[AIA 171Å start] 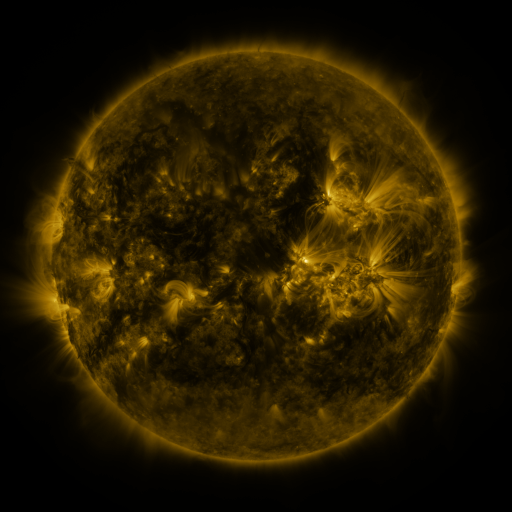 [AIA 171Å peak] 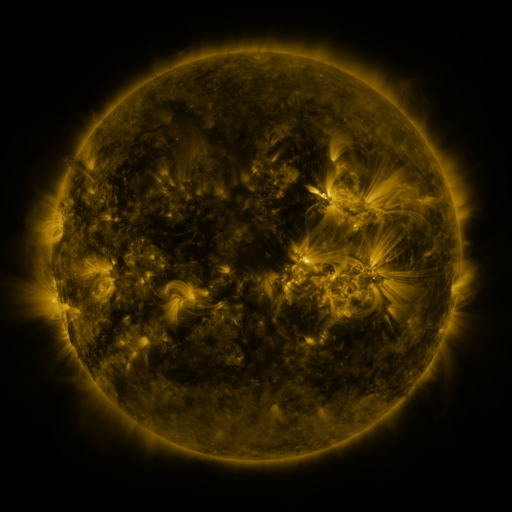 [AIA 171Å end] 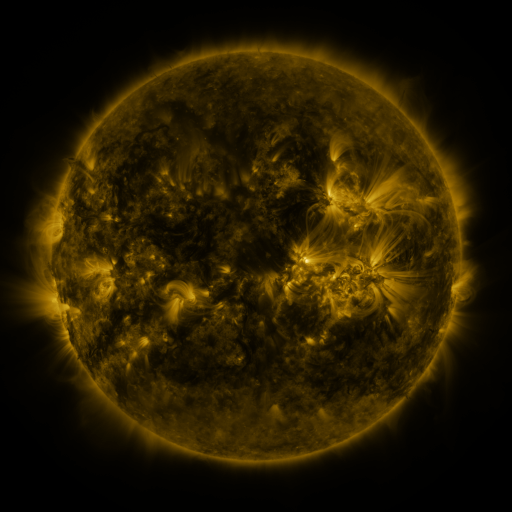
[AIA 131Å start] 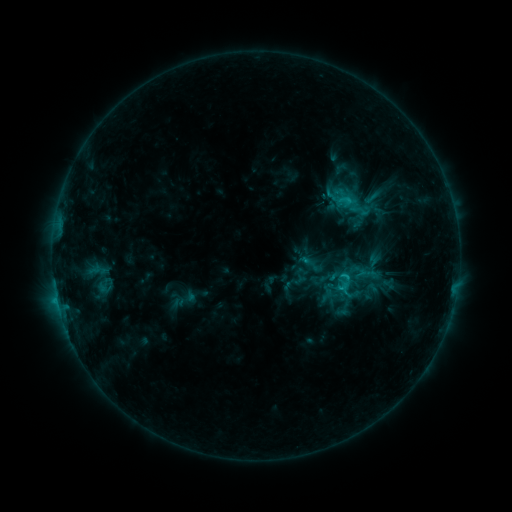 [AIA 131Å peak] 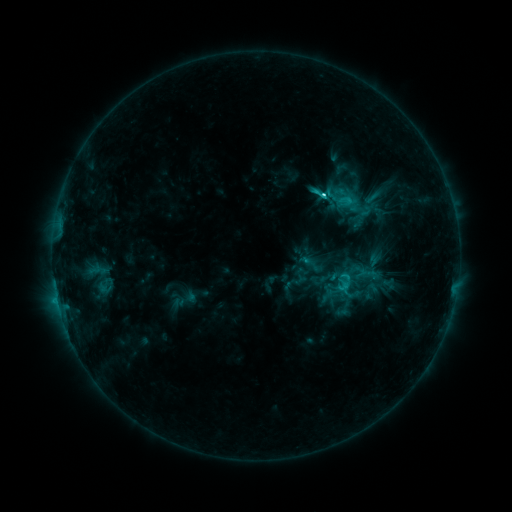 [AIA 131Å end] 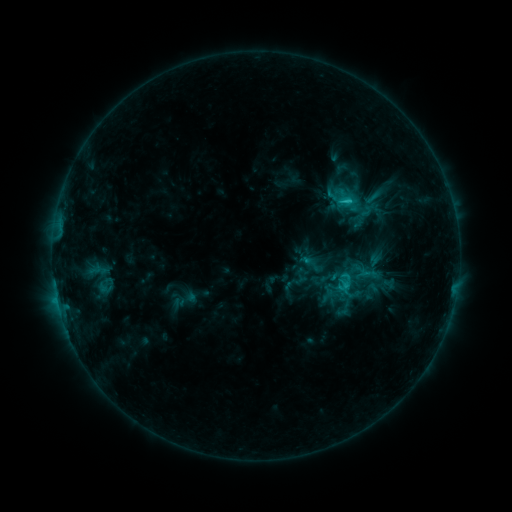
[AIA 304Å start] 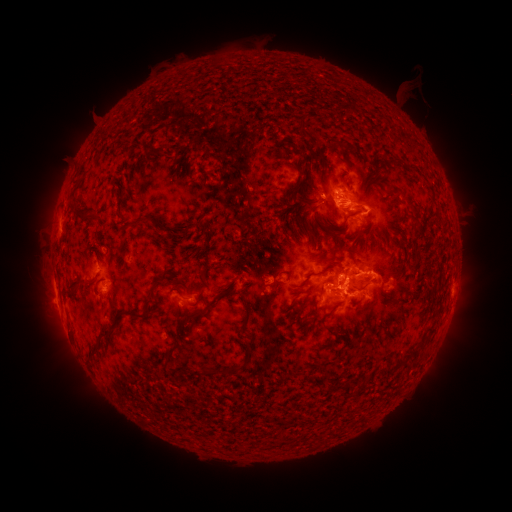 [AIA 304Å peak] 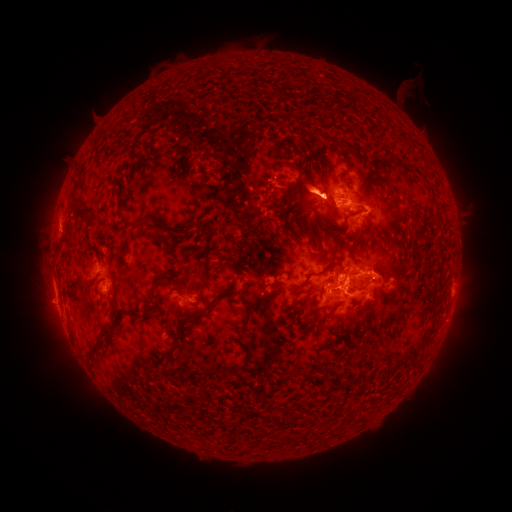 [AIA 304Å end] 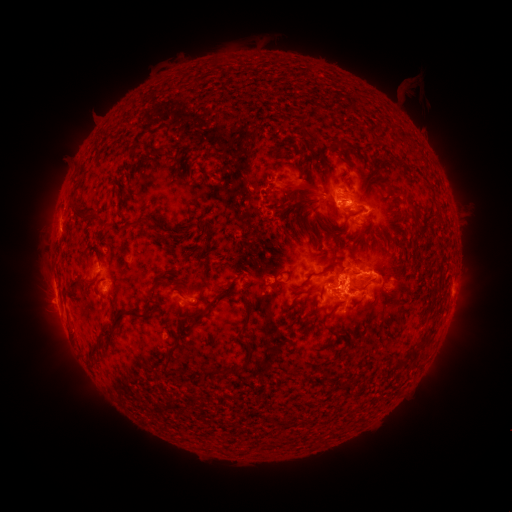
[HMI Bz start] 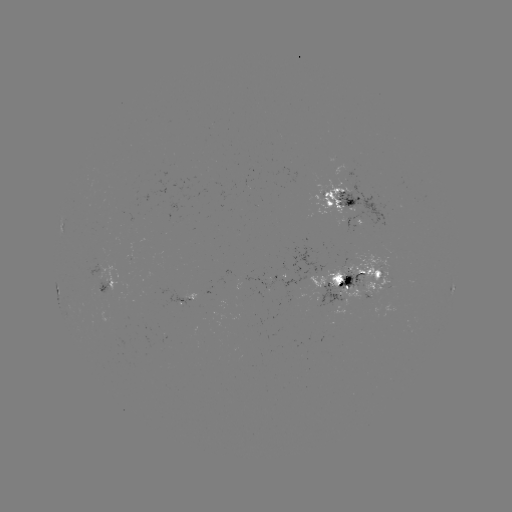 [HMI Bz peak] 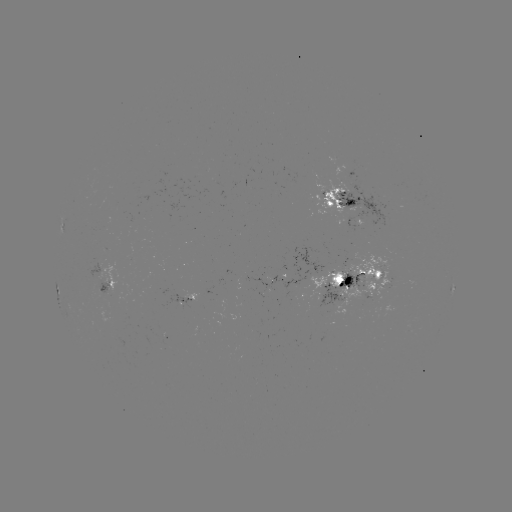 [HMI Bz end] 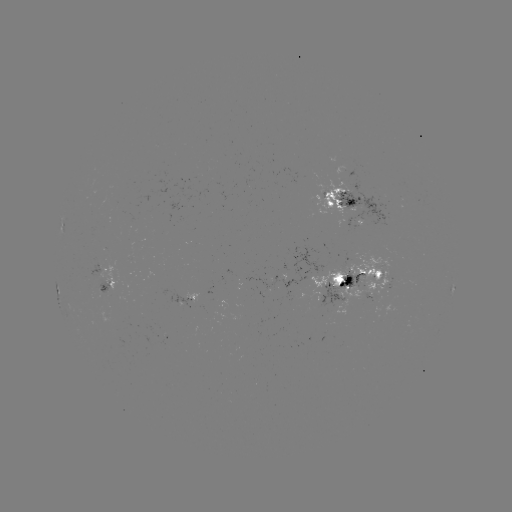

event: eruption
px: (311, 192)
